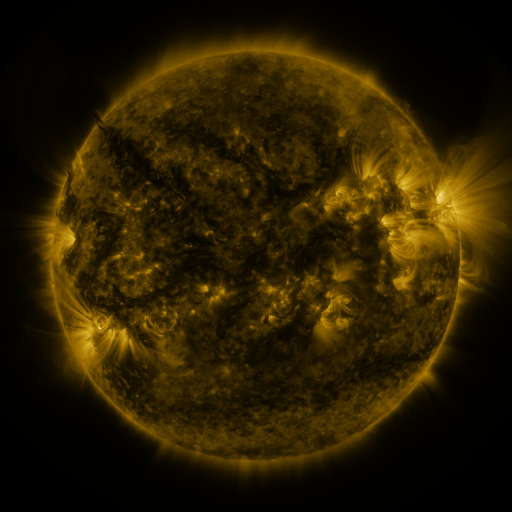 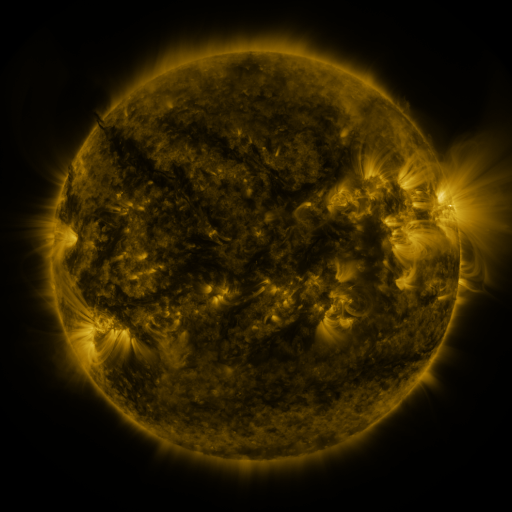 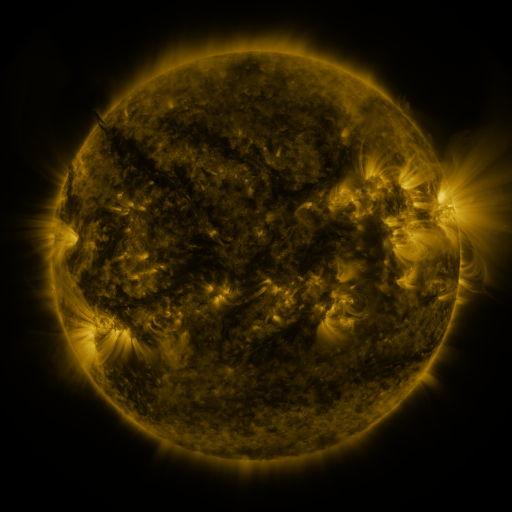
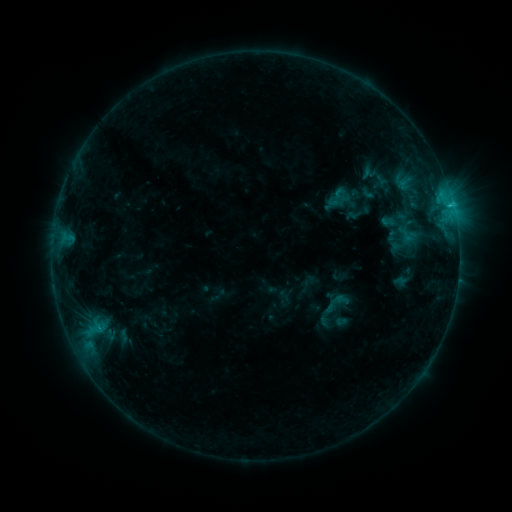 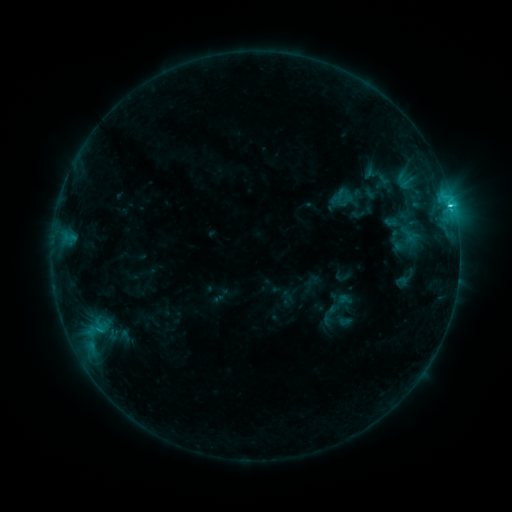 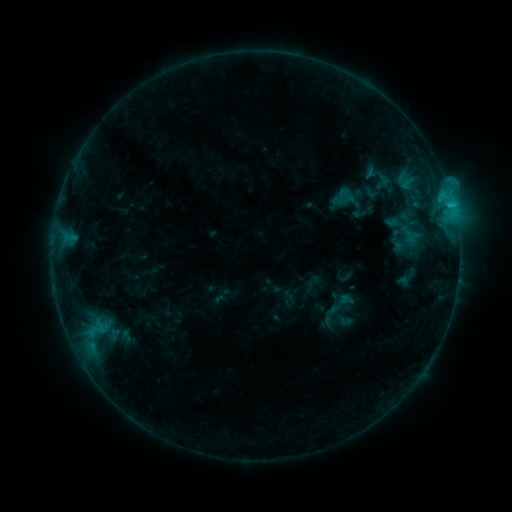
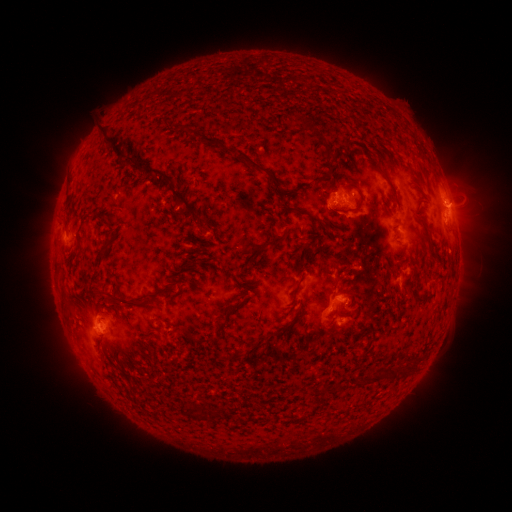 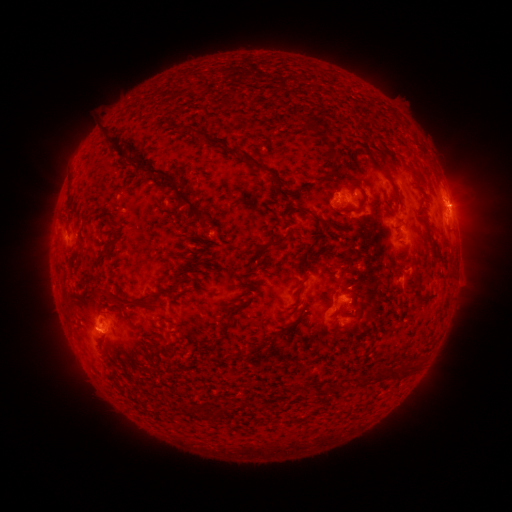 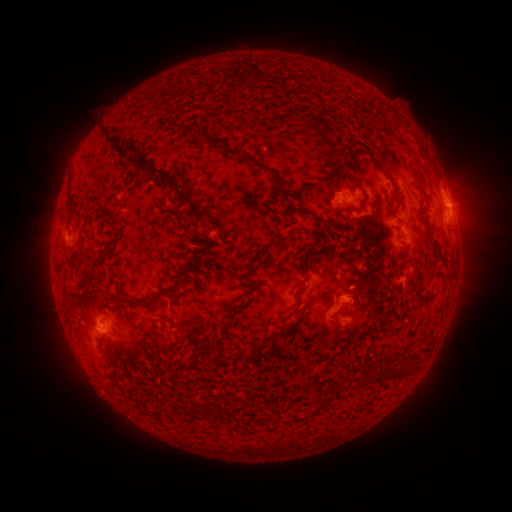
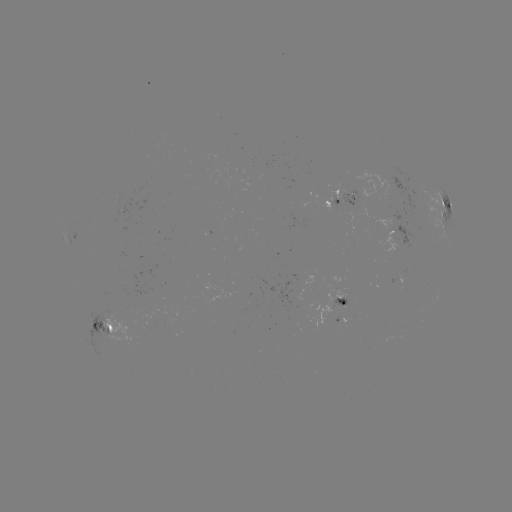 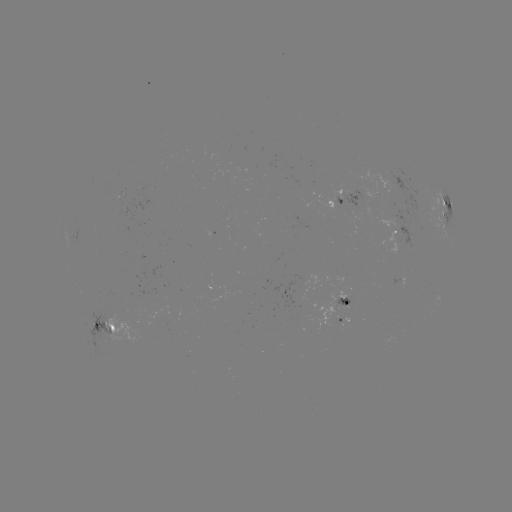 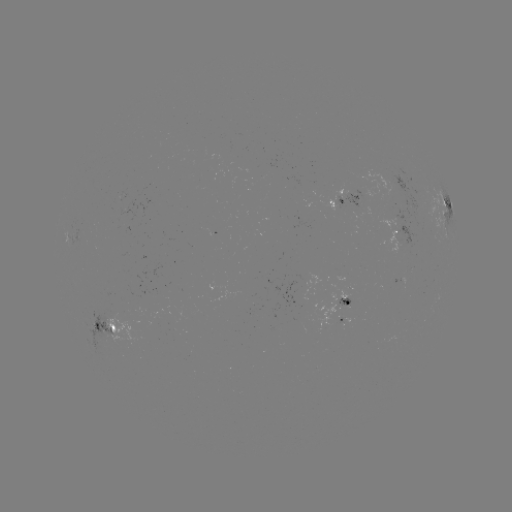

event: emerging-flux region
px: (404, 211)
